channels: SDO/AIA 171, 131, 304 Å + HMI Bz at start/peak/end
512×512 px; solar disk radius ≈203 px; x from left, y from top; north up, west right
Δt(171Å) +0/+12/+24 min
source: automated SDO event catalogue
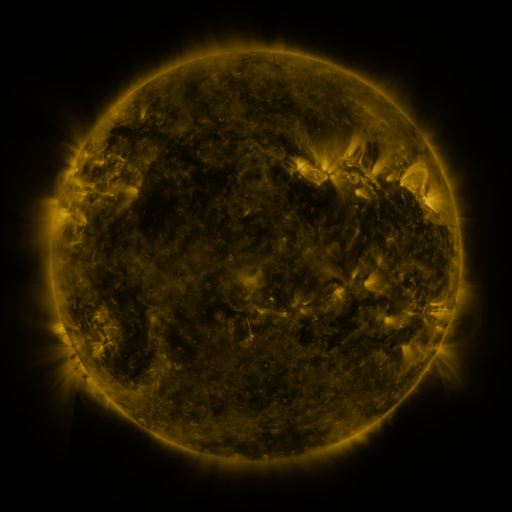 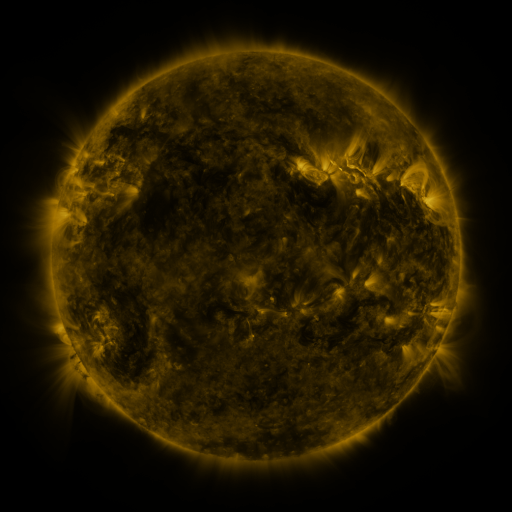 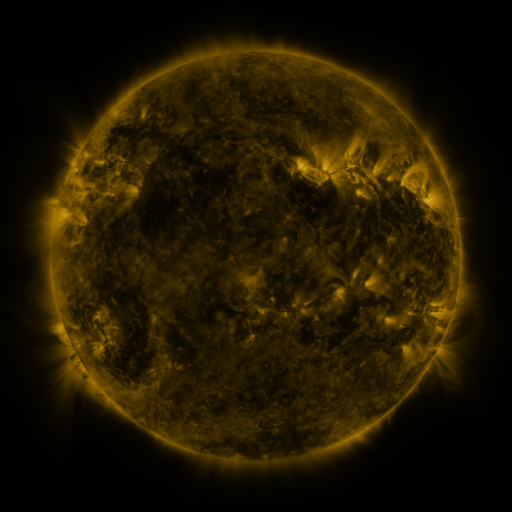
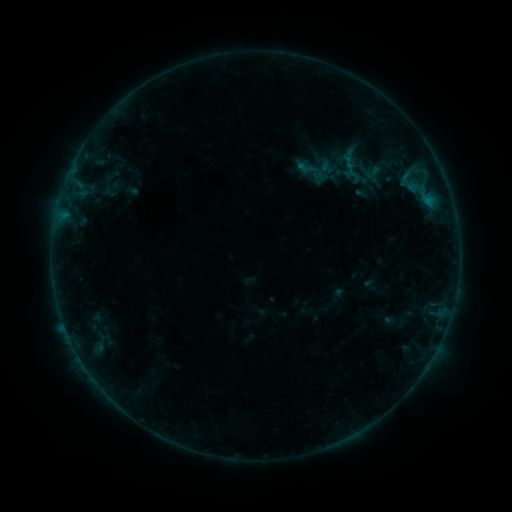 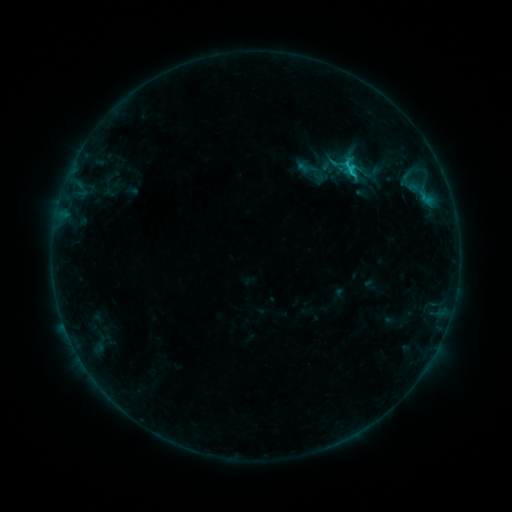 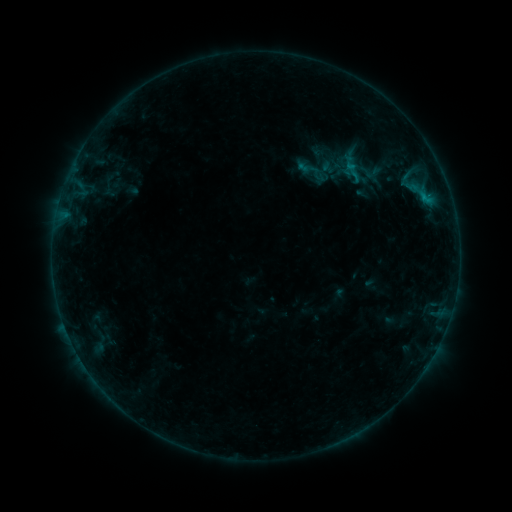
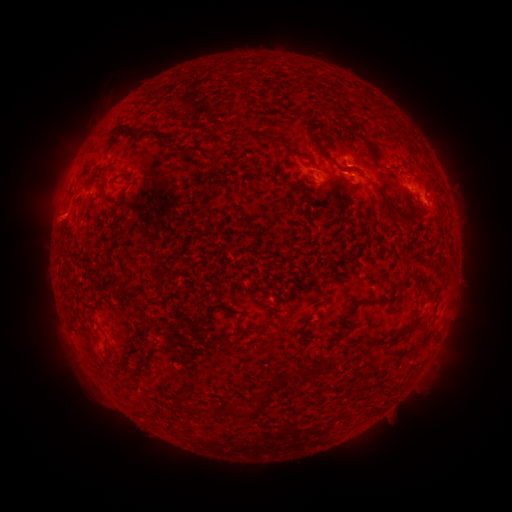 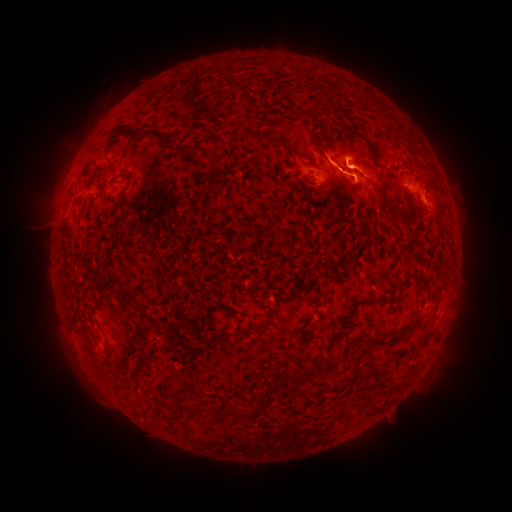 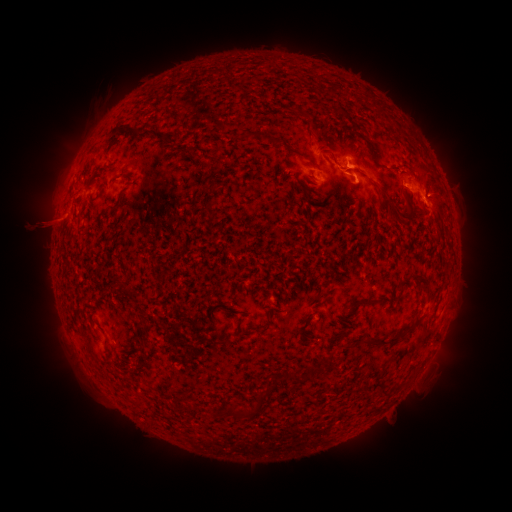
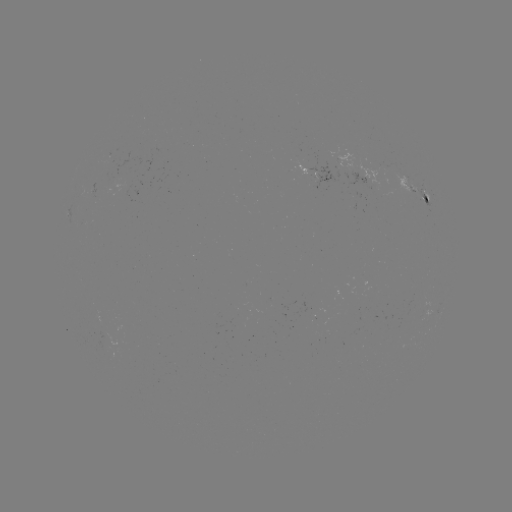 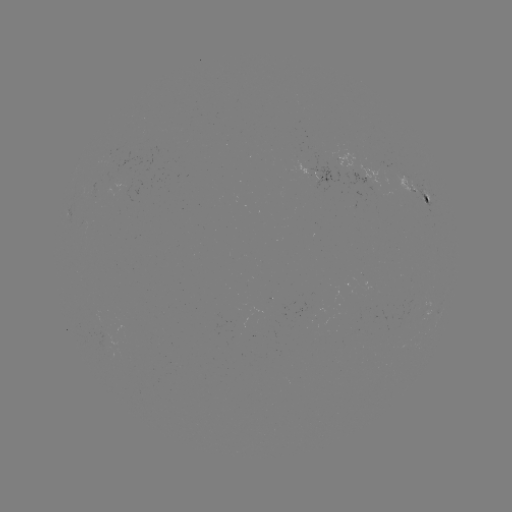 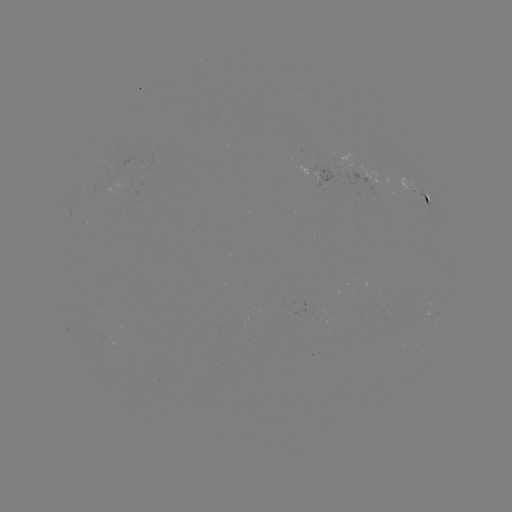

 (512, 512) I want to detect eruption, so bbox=[270, 102, 422, 247].